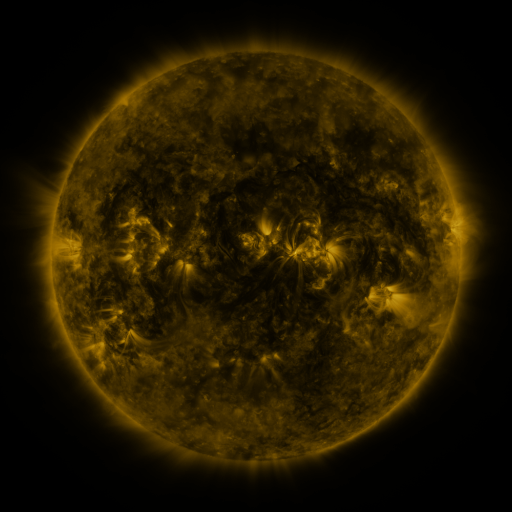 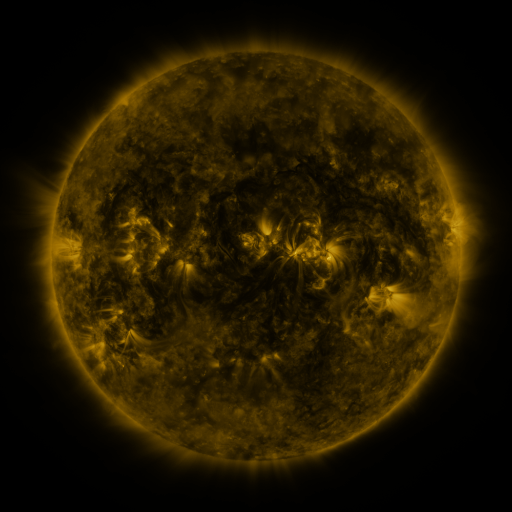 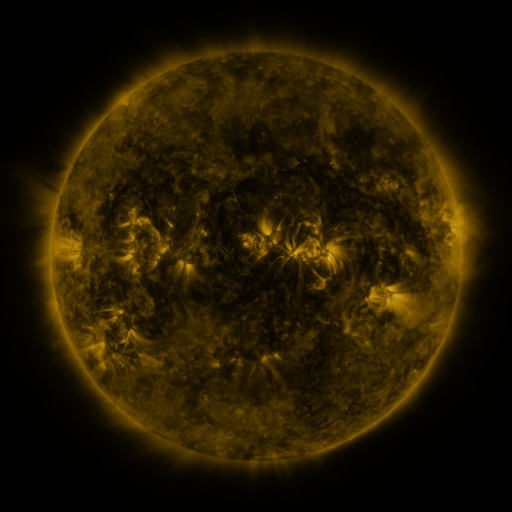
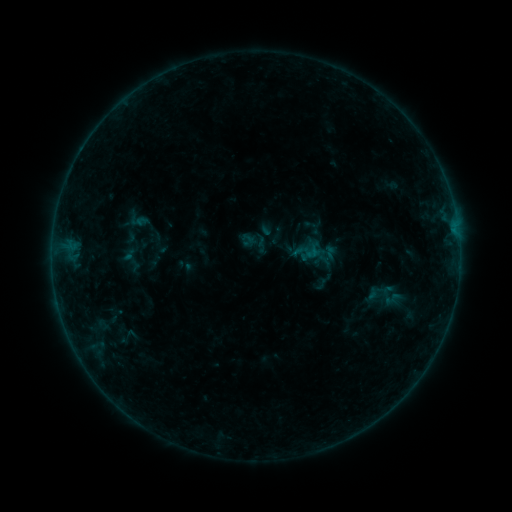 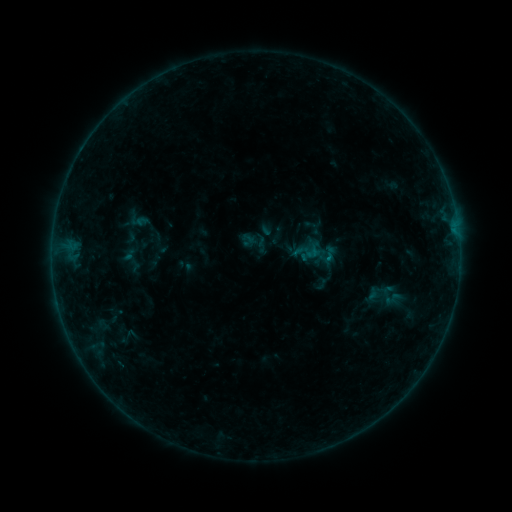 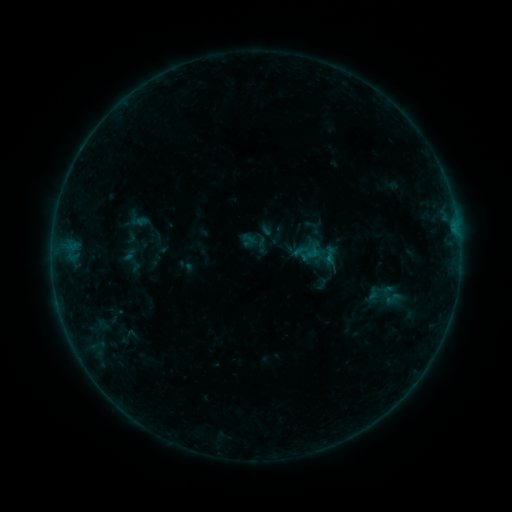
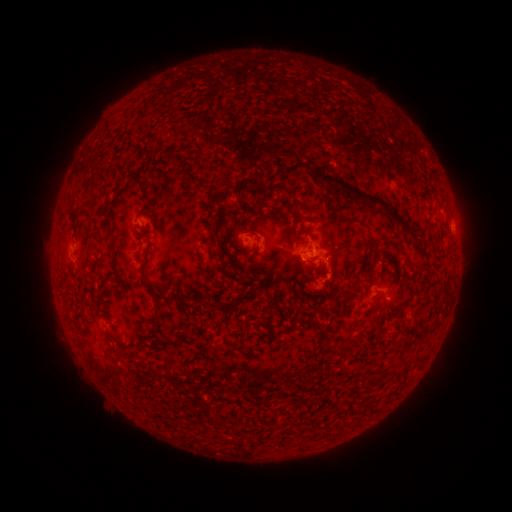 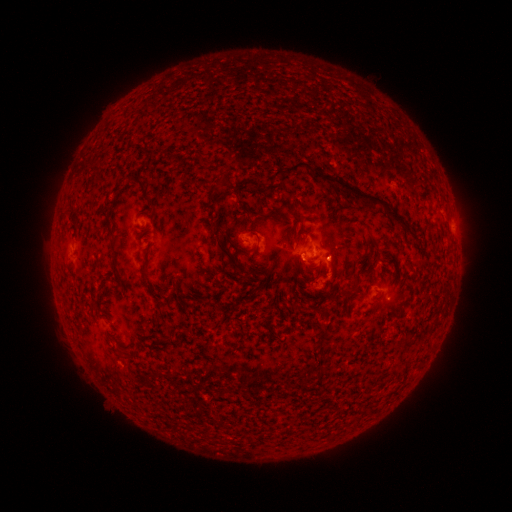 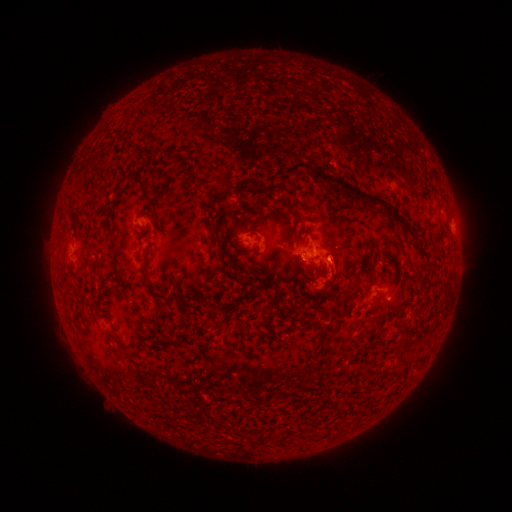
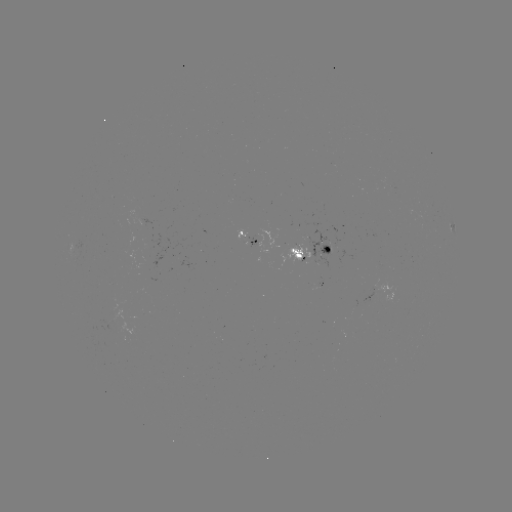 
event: flare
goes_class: B2.9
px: (325, 258)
